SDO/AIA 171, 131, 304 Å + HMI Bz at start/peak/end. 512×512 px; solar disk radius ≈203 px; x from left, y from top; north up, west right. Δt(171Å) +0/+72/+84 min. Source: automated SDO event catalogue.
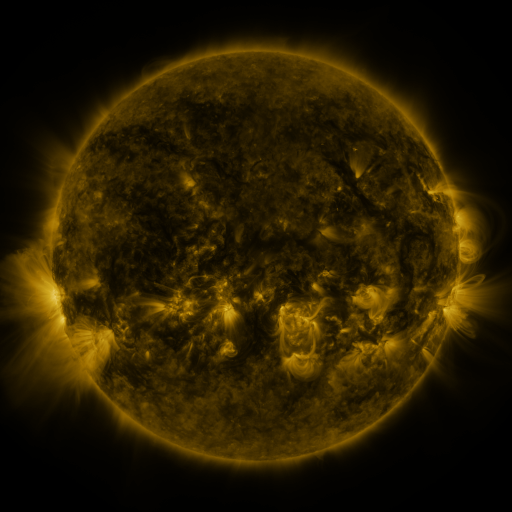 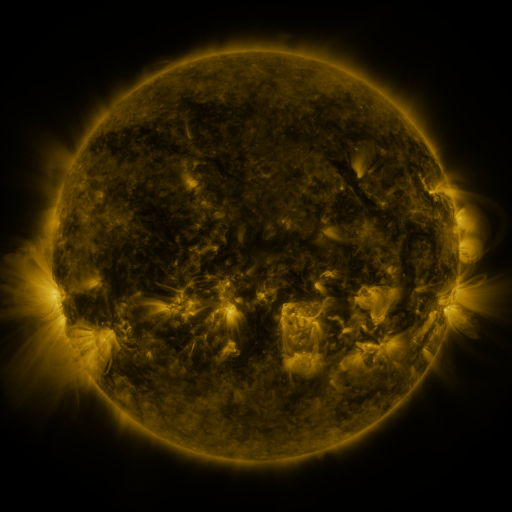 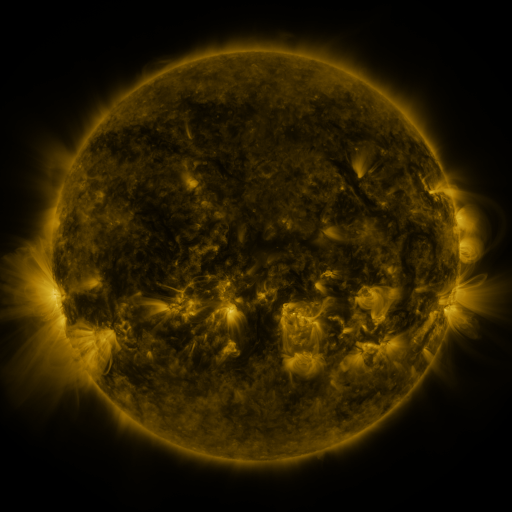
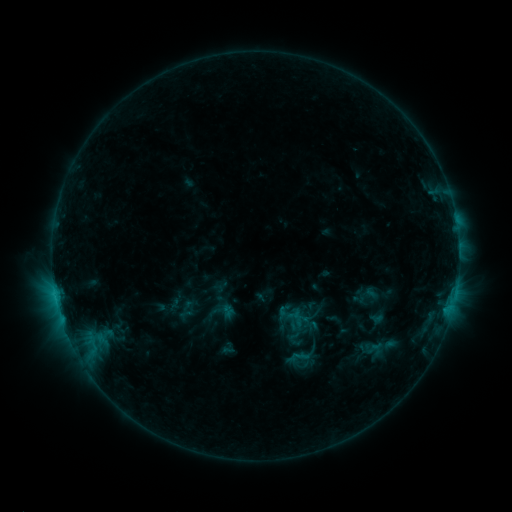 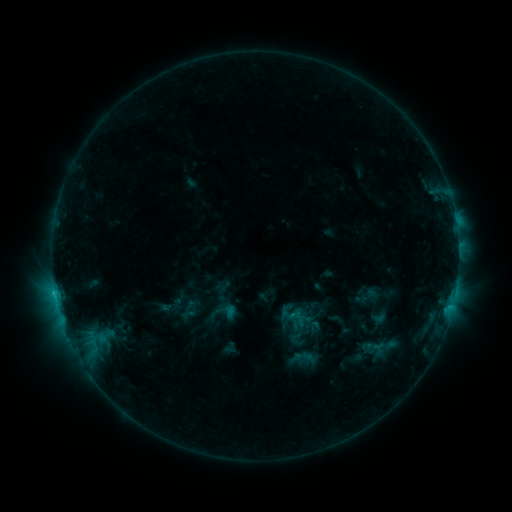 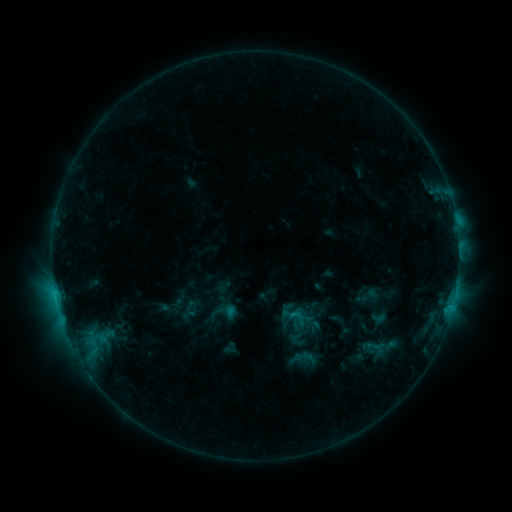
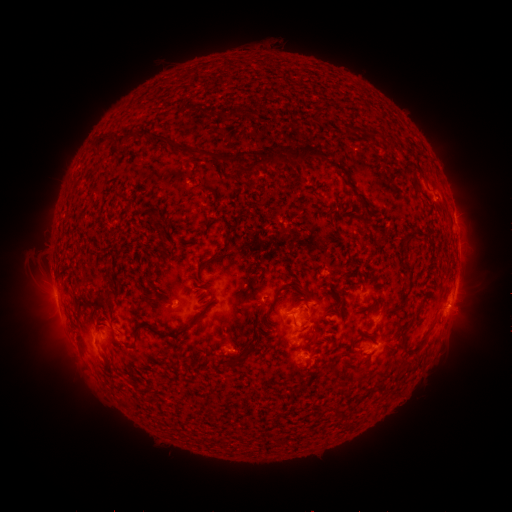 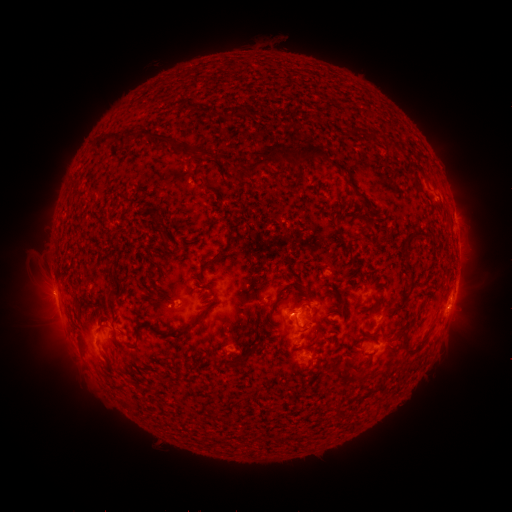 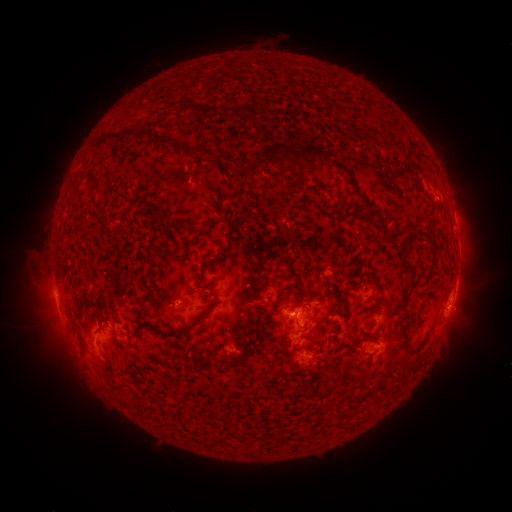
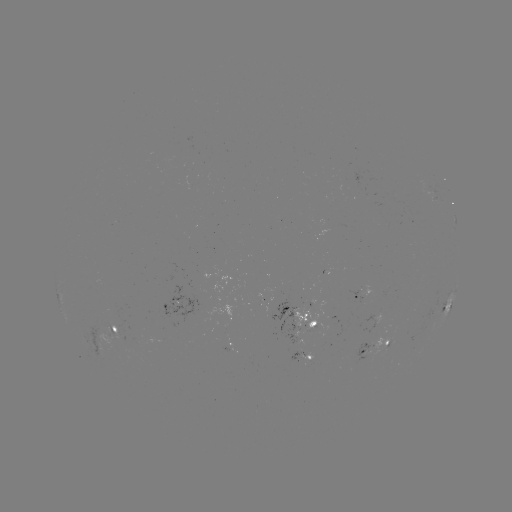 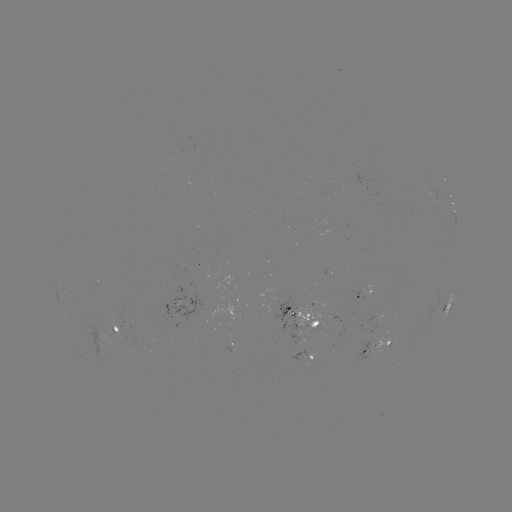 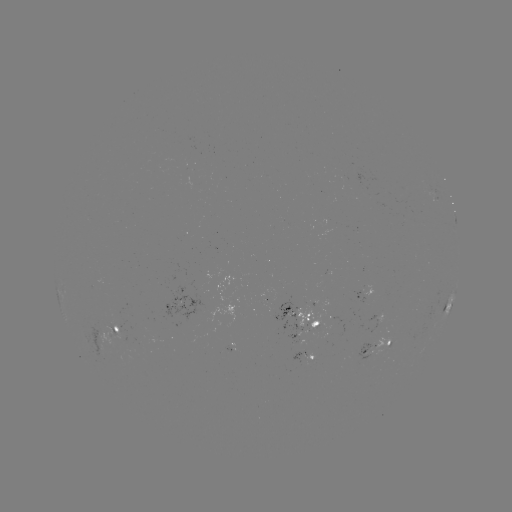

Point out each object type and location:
emerging-flux region: (287, 313)
